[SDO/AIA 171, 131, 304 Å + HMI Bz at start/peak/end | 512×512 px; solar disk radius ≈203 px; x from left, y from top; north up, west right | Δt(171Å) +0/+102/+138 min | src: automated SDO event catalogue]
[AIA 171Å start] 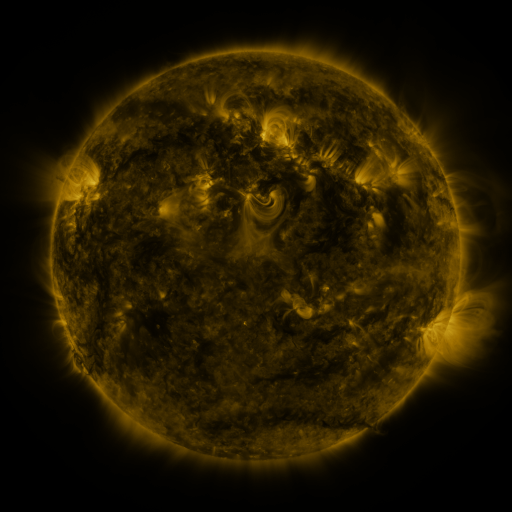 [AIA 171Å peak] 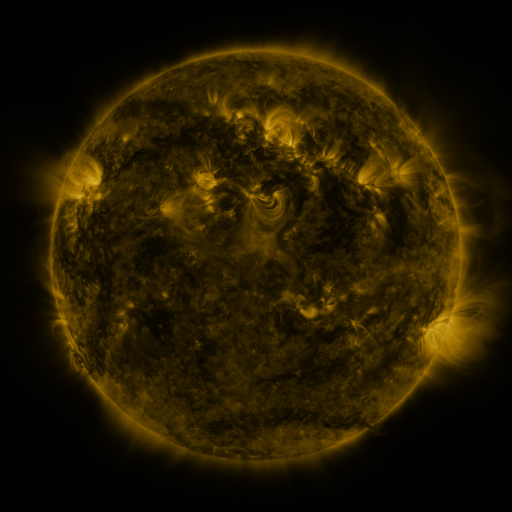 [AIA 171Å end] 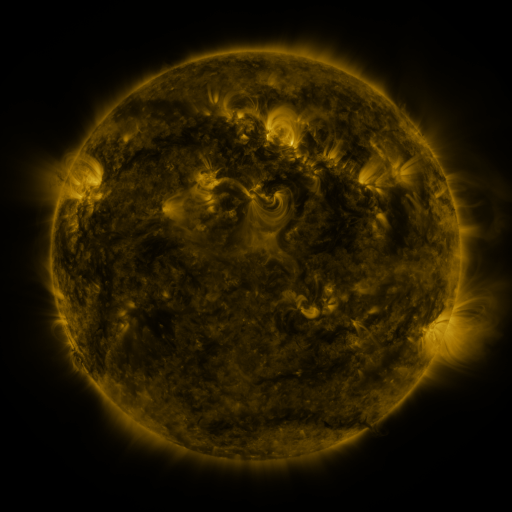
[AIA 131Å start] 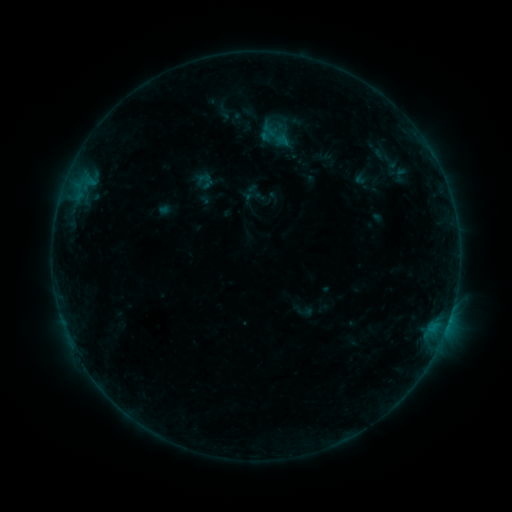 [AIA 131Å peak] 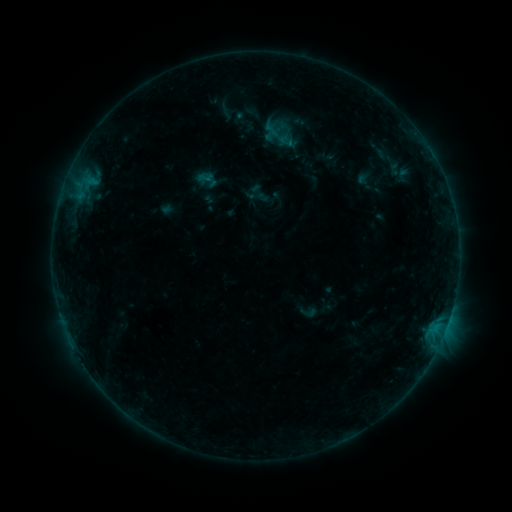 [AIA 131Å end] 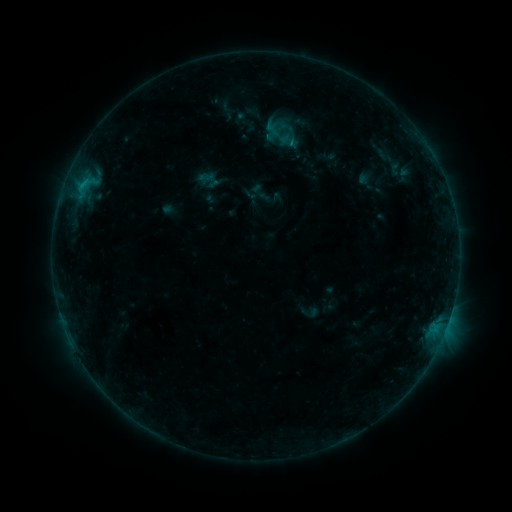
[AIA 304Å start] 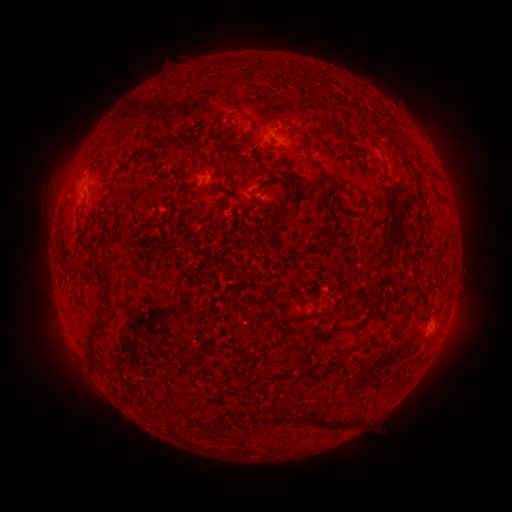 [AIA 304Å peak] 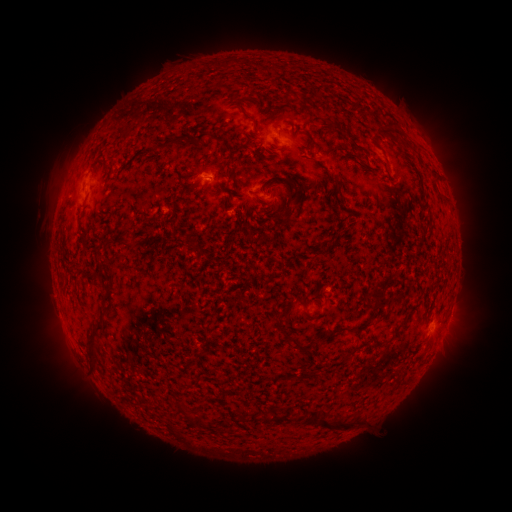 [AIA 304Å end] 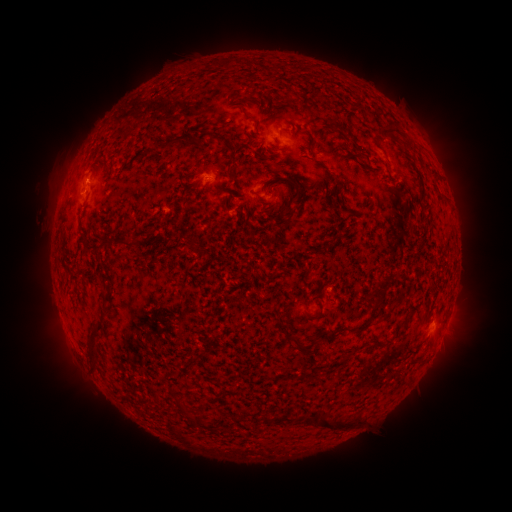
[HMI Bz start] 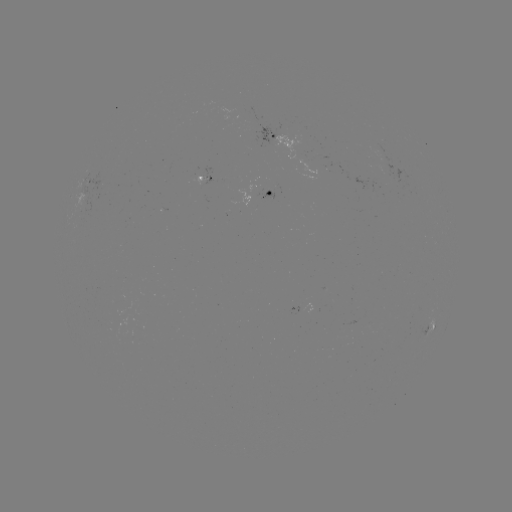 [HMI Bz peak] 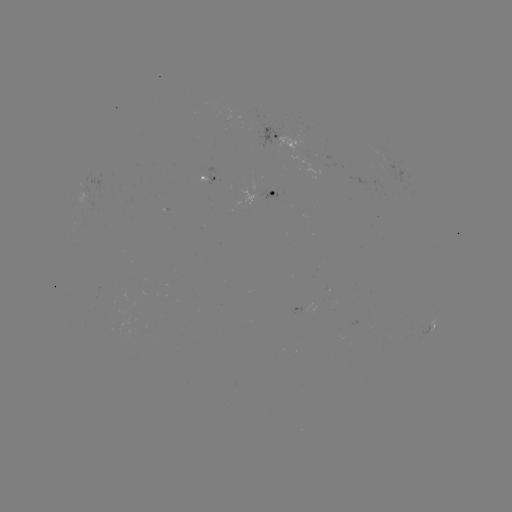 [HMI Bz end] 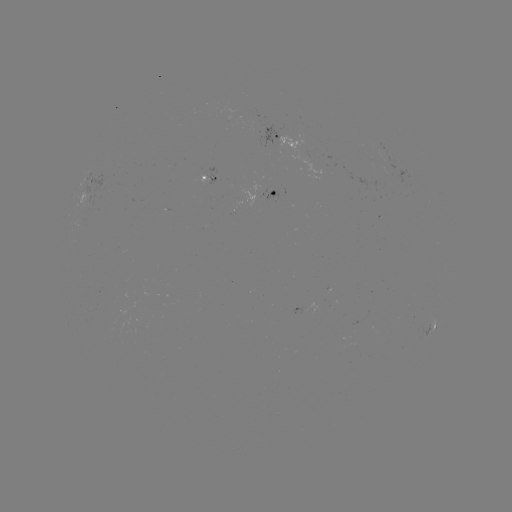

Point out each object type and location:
emerging-flux region: (331, 167)
